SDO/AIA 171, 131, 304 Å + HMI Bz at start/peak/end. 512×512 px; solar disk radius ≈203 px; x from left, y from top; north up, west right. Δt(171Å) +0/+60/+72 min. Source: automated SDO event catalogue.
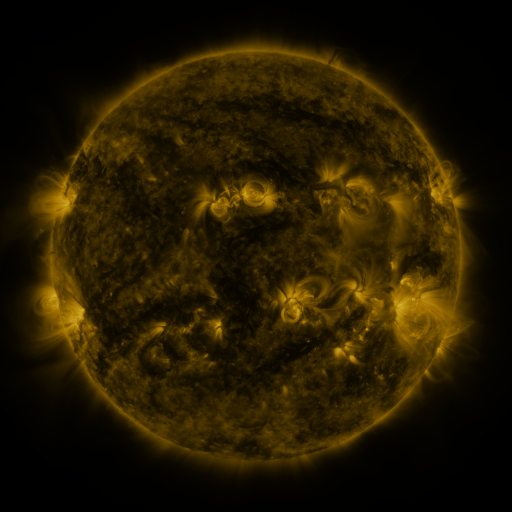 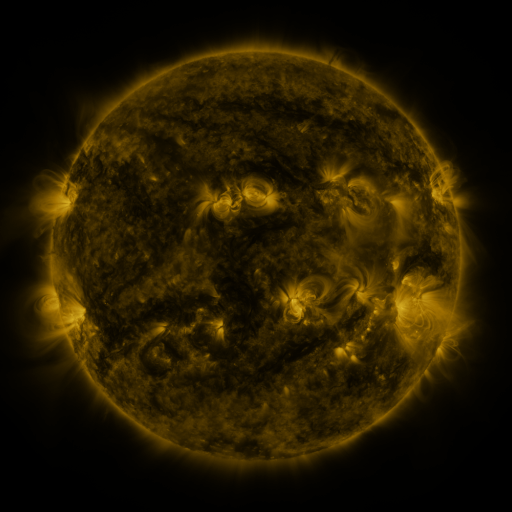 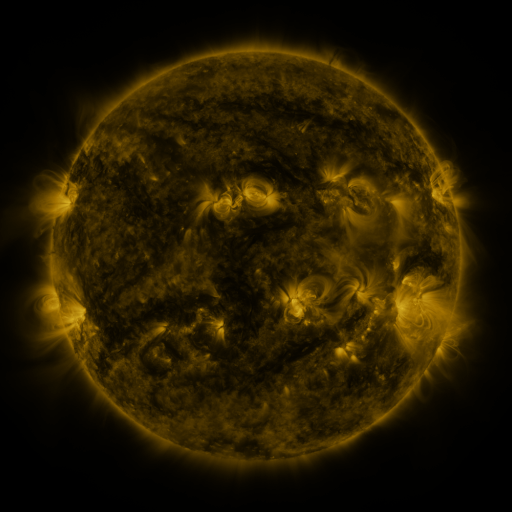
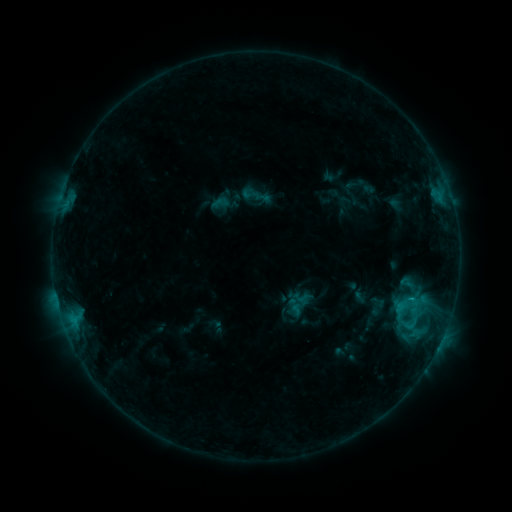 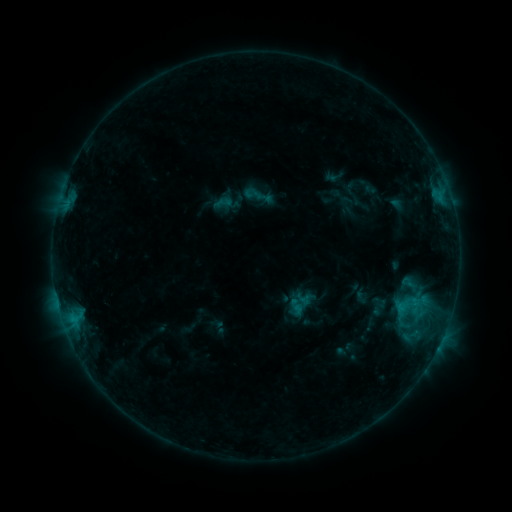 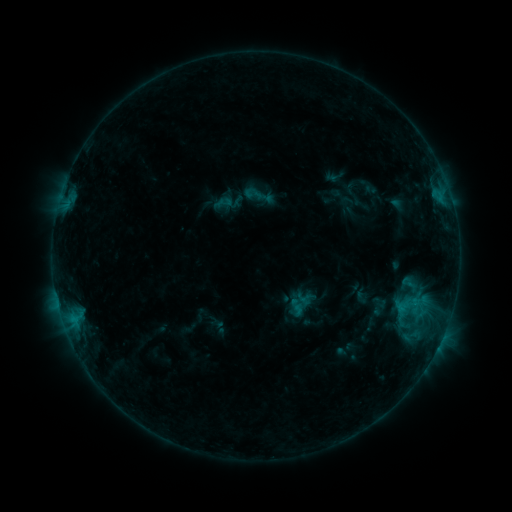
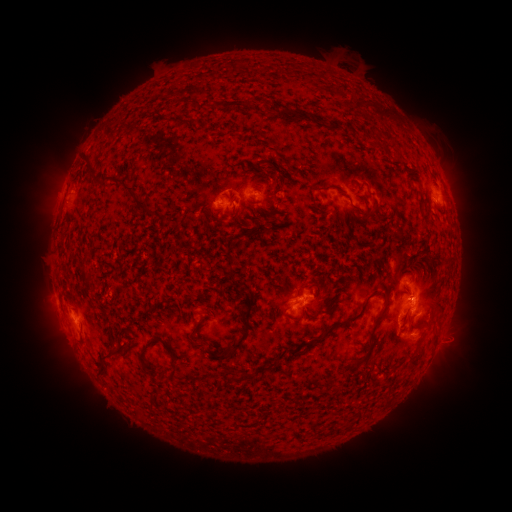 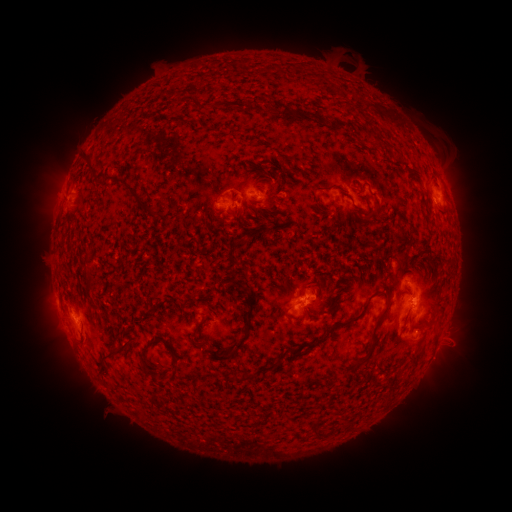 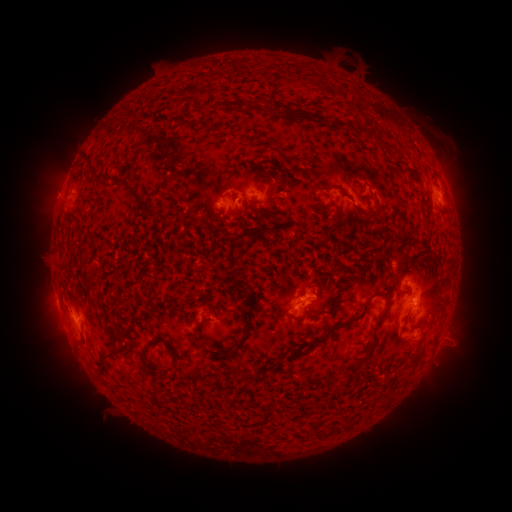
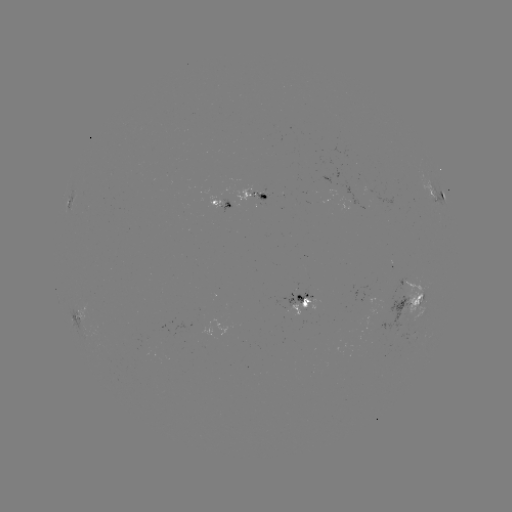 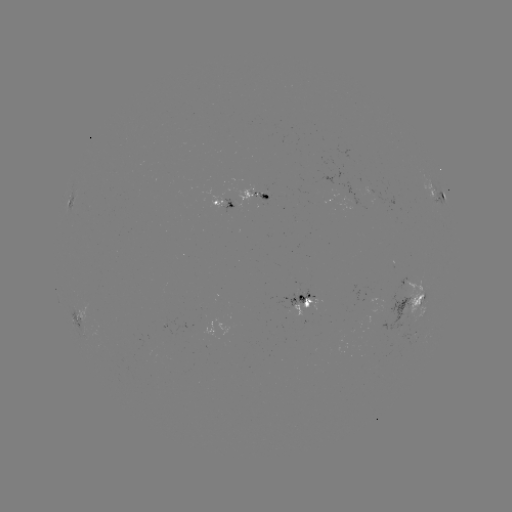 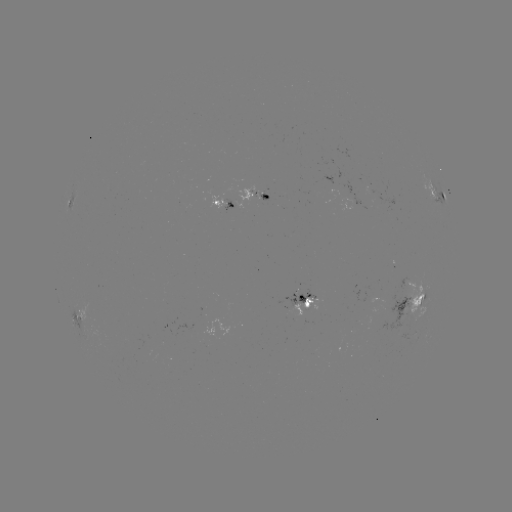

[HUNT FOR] emerging-flux region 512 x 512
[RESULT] (356, 206)